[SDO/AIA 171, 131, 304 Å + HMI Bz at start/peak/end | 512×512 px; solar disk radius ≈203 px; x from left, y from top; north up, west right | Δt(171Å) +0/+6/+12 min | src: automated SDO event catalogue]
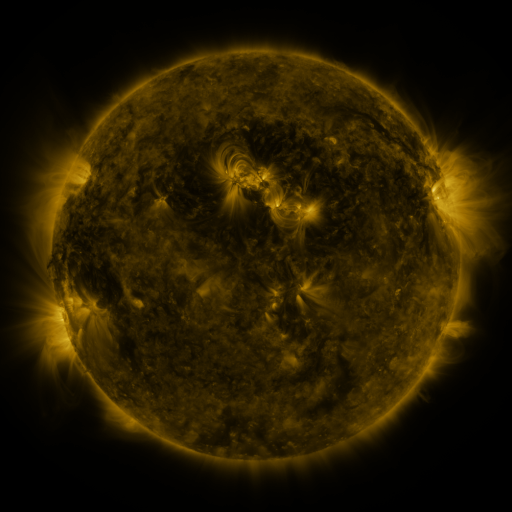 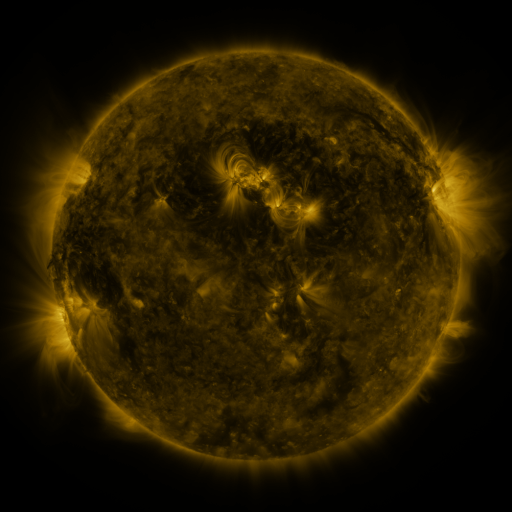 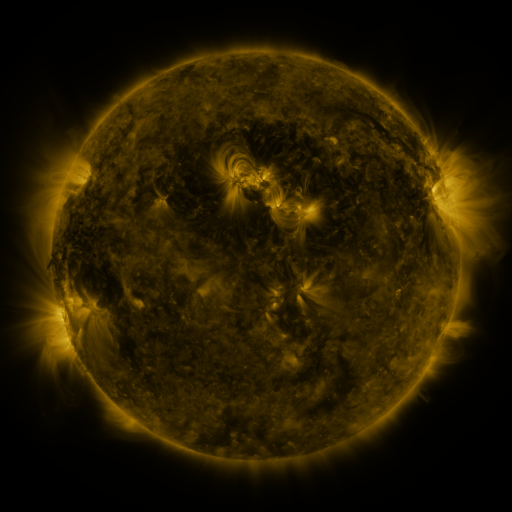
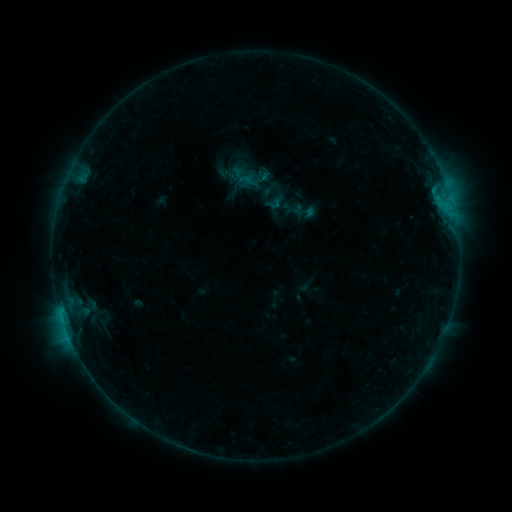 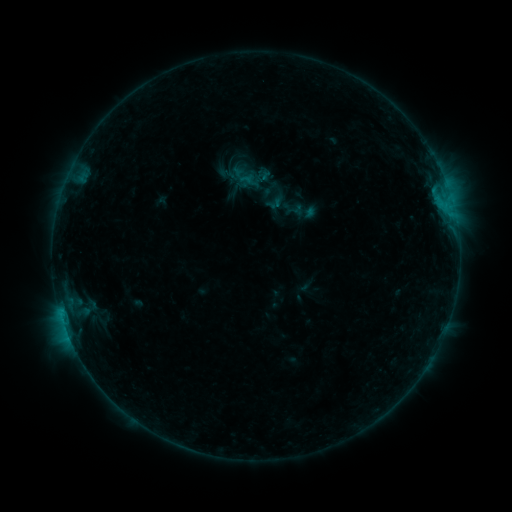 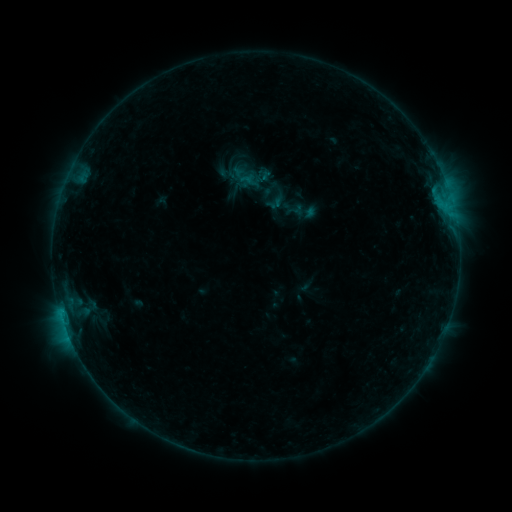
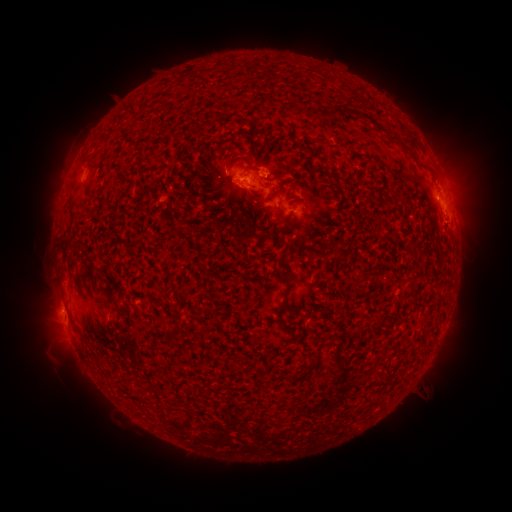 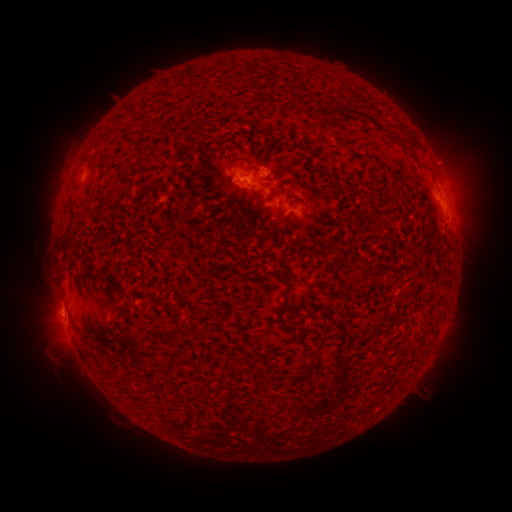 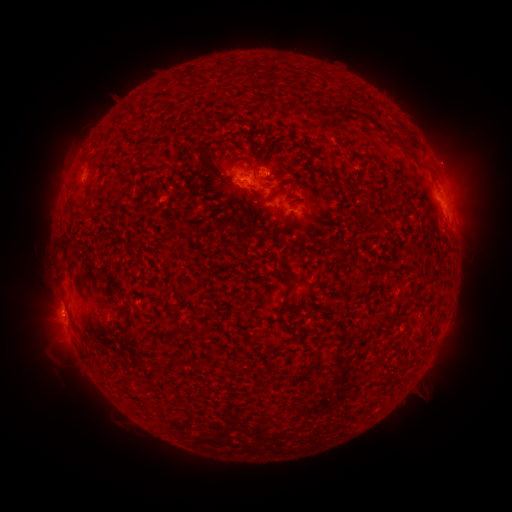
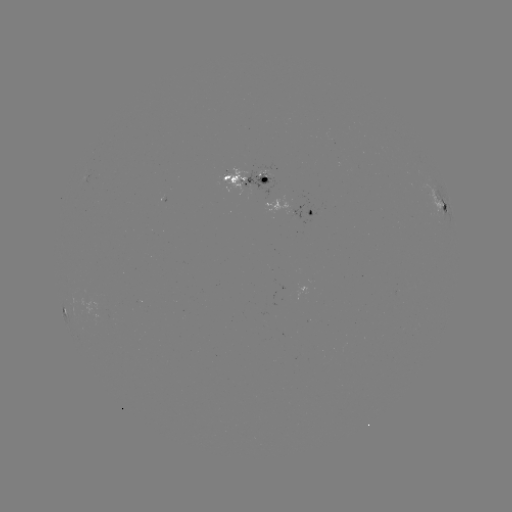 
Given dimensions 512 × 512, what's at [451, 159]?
eruption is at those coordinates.